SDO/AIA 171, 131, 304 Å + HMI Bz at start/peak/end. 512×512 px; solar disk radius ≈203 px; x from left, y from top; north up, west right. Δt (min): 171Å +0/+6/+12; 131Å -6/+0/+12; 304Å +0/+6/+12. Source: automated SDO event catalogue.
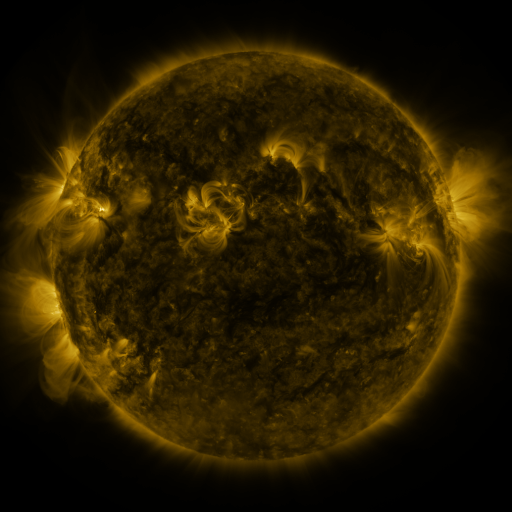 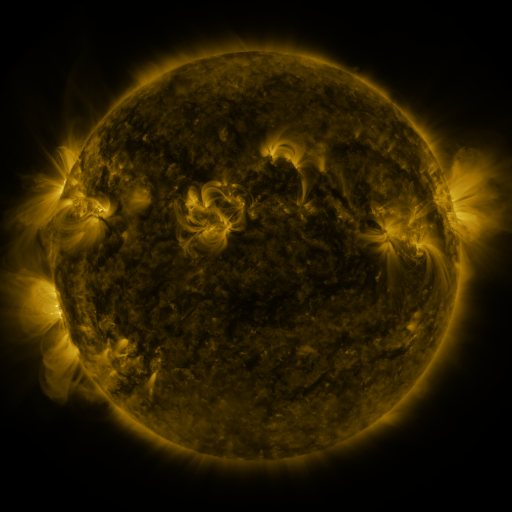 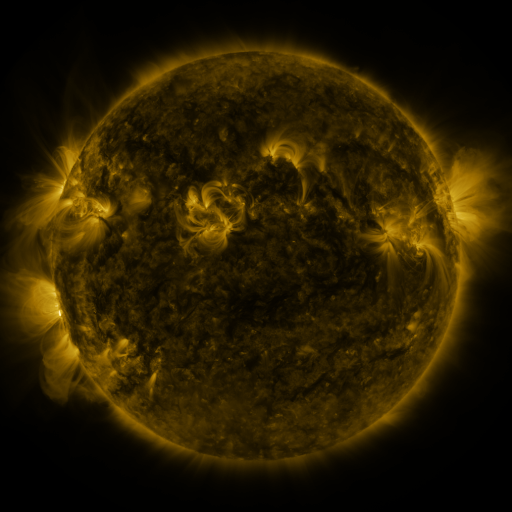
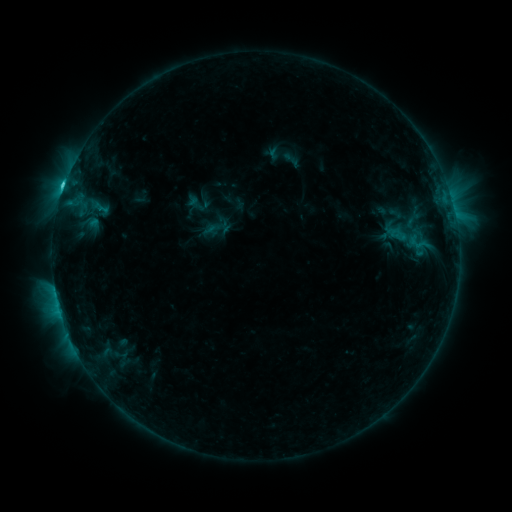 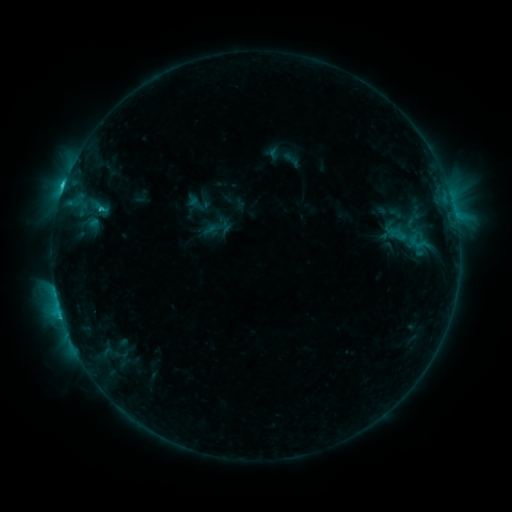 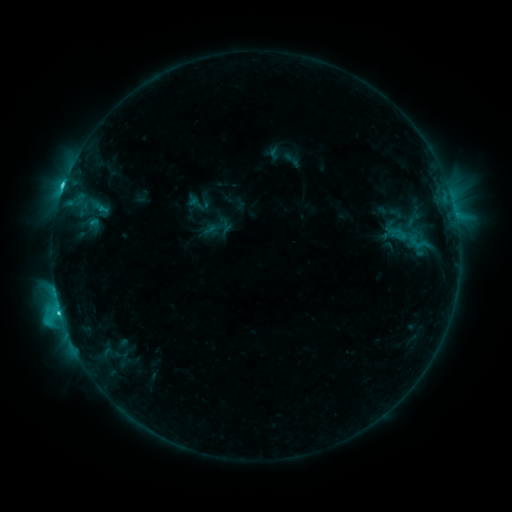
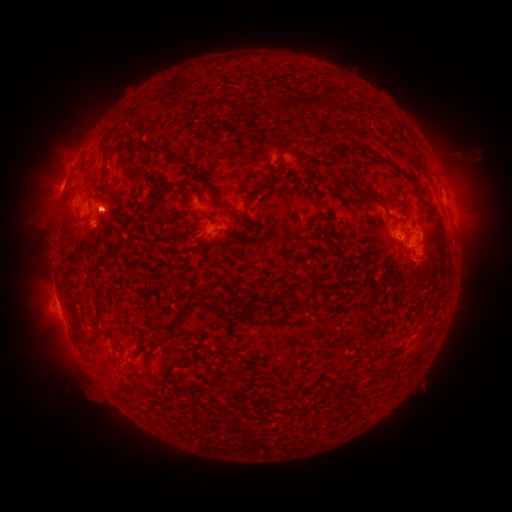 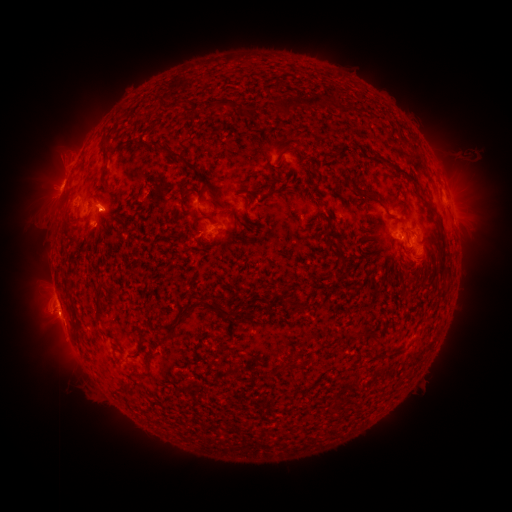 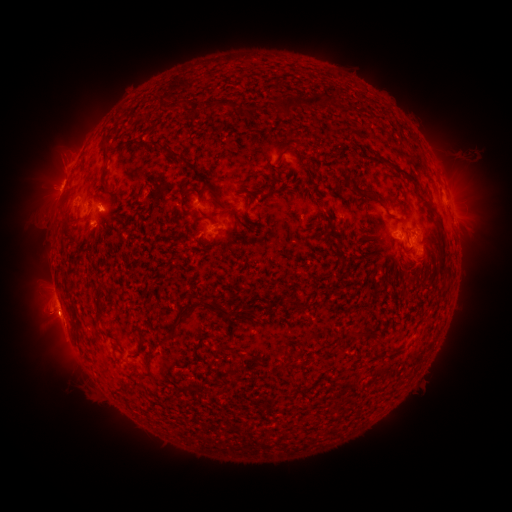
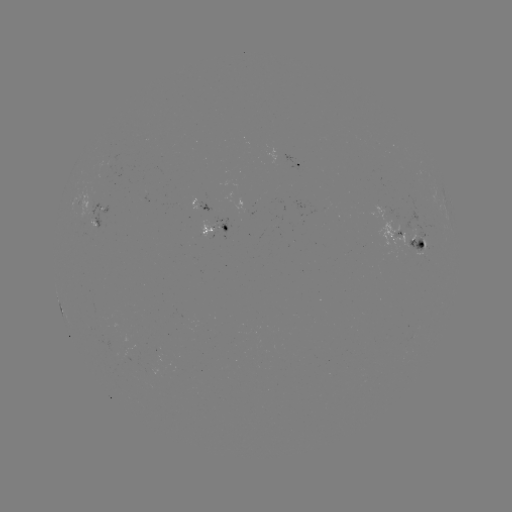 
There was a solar eruption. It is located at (51, 201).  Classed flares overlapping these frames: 1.